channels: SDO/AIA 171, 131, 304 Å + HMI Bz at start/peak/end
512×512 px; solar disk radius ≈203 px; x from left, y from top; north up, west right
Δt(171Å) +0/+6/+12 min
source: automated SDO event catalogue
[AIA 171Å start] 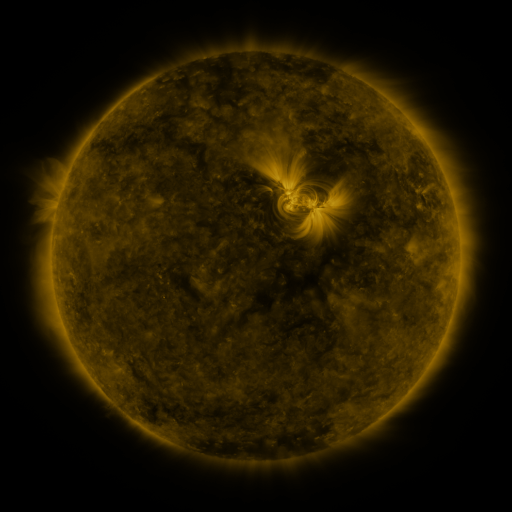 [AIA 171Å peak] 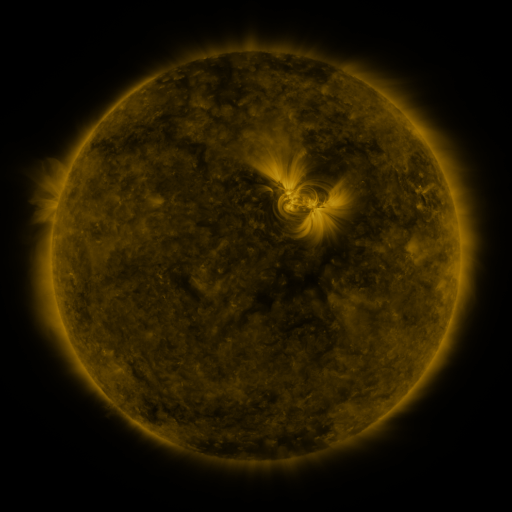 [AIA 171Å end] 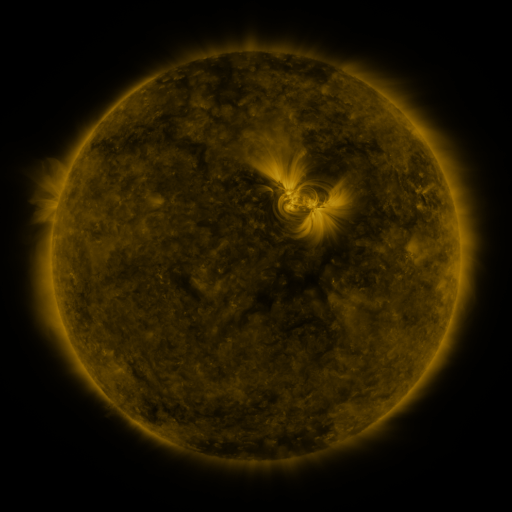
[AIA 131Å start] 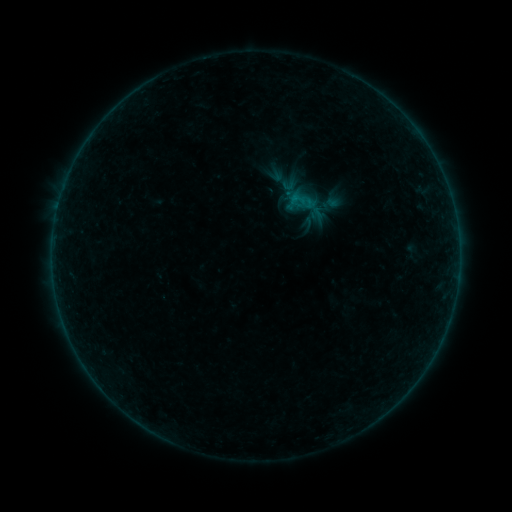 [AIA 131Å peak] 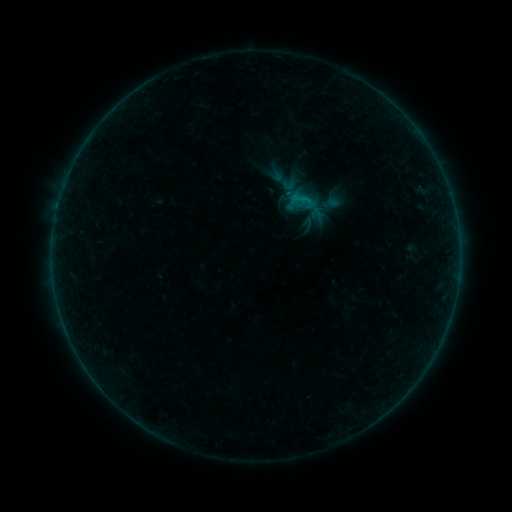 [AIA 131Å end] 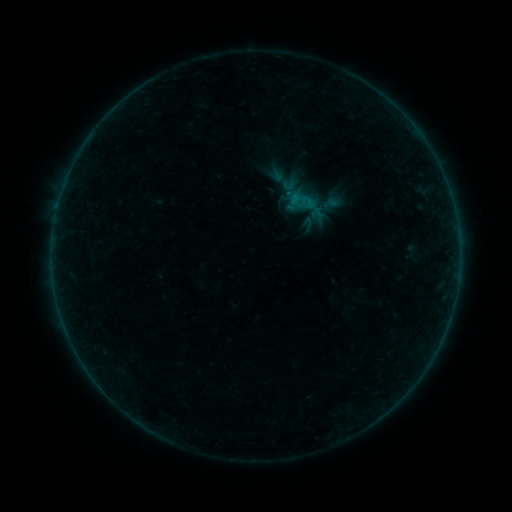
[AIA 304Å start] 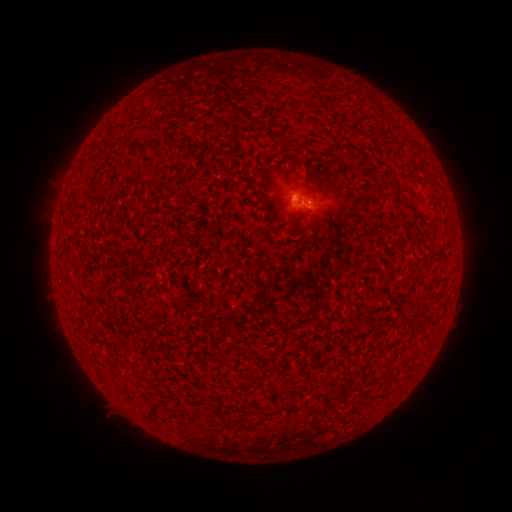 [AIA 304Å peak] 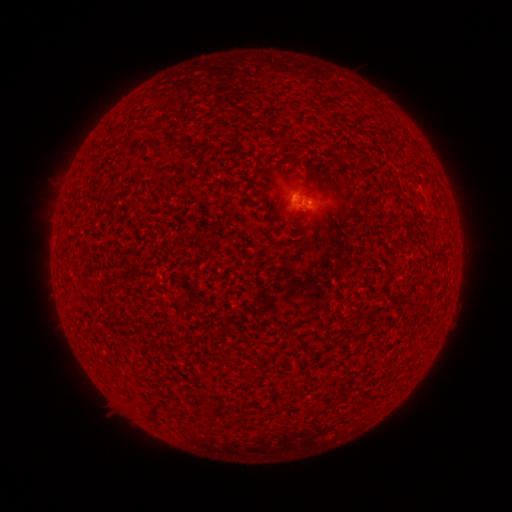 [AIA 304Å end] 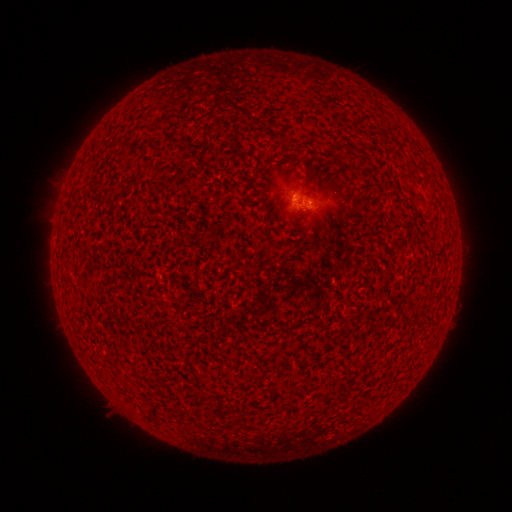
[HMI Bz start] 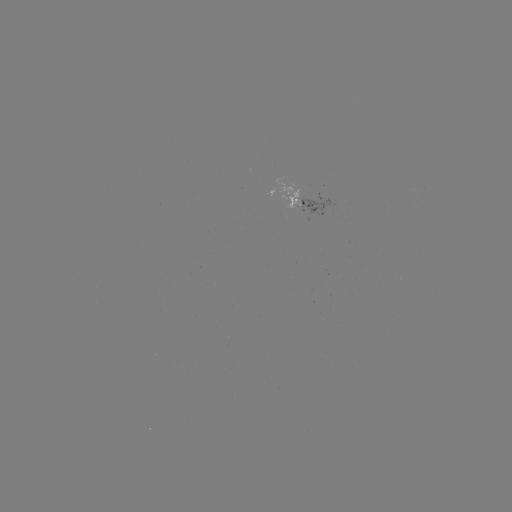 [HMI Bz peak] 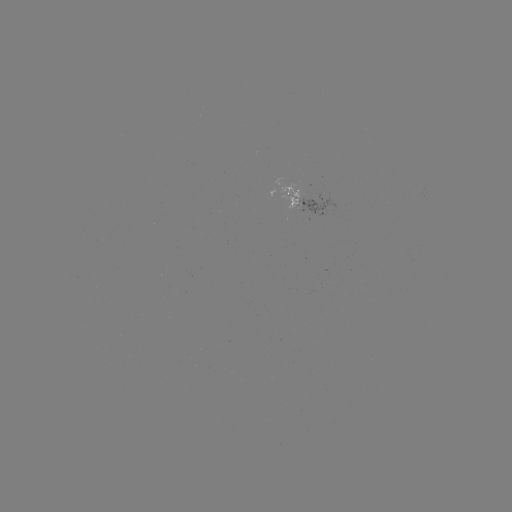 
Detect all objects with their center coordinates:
B2.0 flare: (296, 200)
